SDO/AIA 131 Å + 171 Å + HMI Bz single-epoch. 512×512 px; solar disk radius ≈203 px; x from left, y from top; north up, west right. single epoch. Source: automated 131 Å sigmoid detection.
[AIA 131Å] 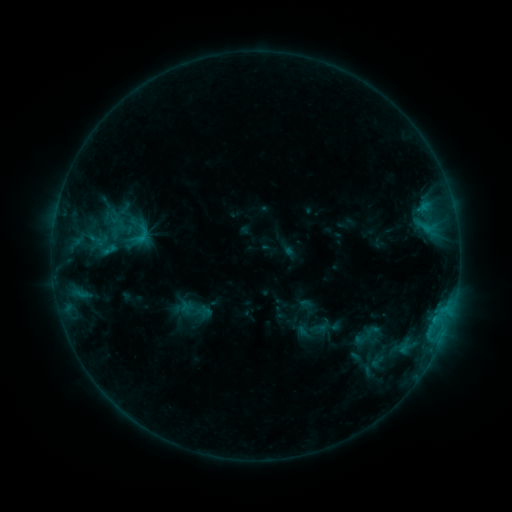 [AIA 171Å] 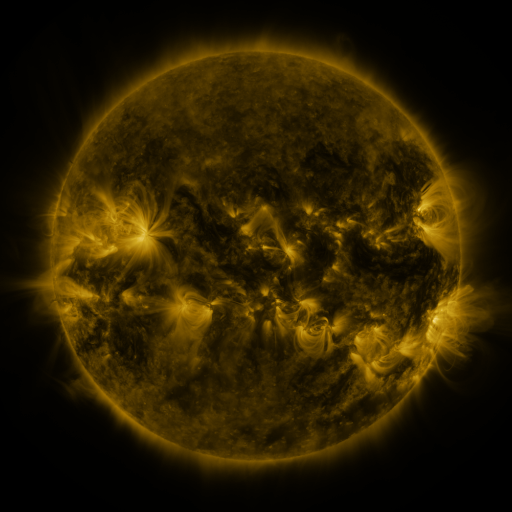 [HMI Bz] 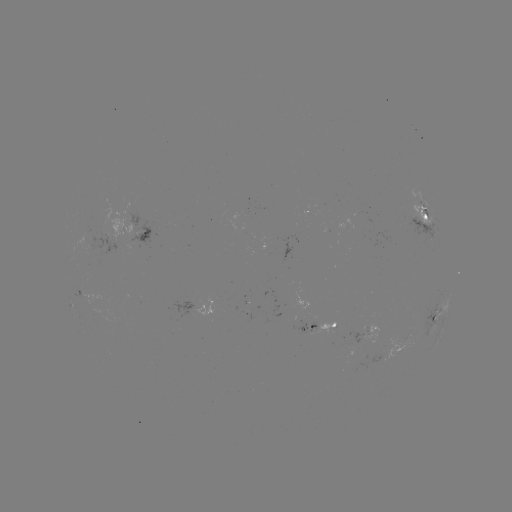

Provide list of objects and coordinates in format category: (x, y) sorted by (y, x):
sigmoid: (140, 236)
